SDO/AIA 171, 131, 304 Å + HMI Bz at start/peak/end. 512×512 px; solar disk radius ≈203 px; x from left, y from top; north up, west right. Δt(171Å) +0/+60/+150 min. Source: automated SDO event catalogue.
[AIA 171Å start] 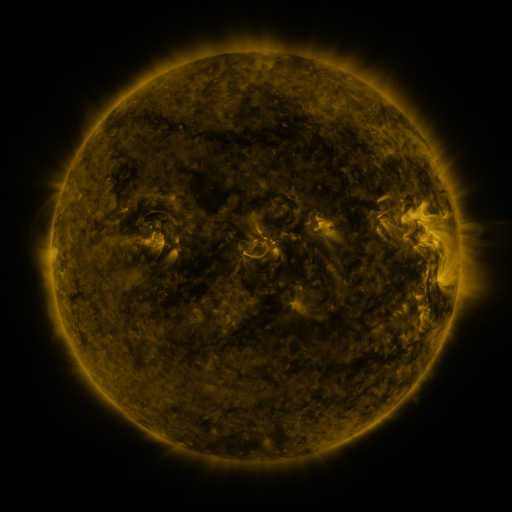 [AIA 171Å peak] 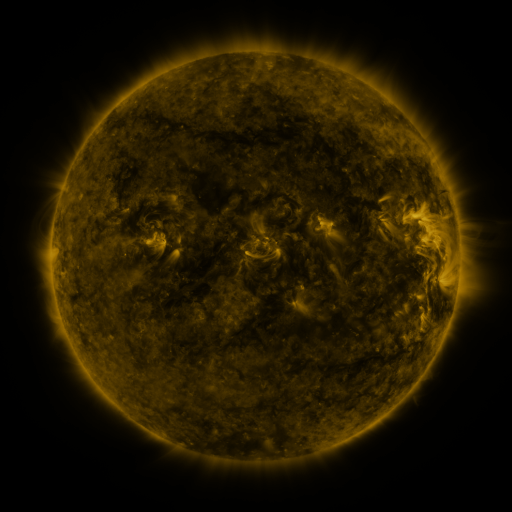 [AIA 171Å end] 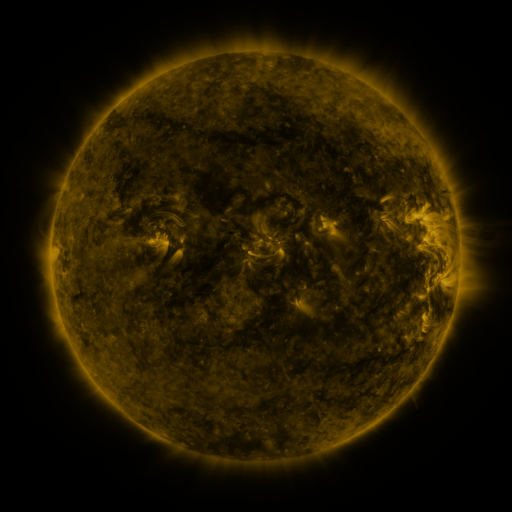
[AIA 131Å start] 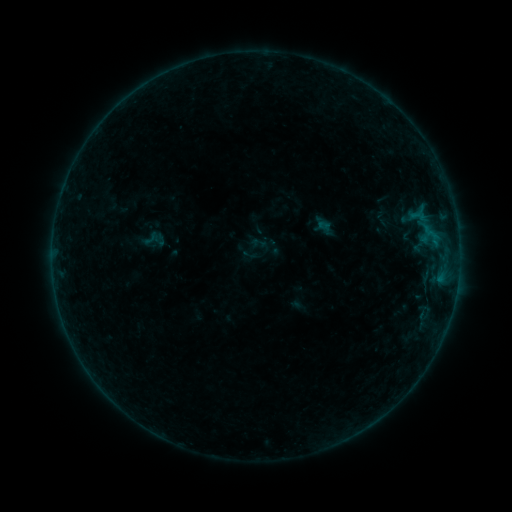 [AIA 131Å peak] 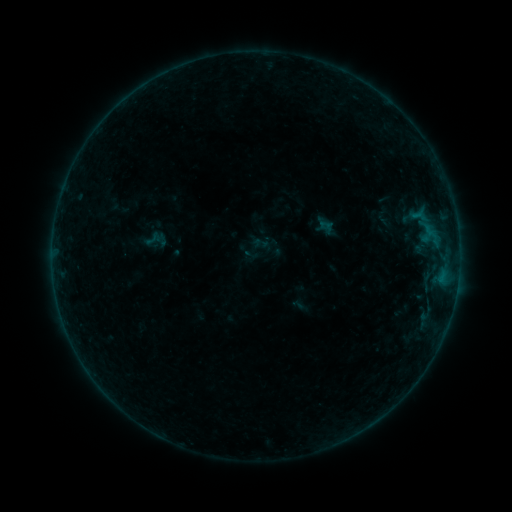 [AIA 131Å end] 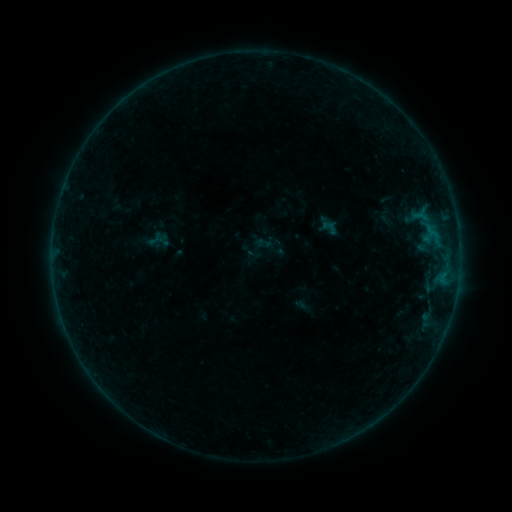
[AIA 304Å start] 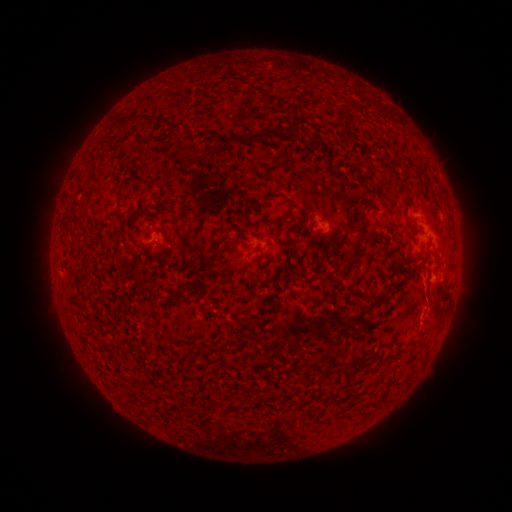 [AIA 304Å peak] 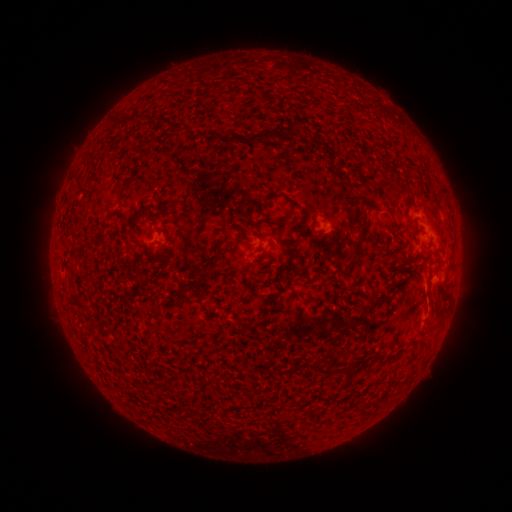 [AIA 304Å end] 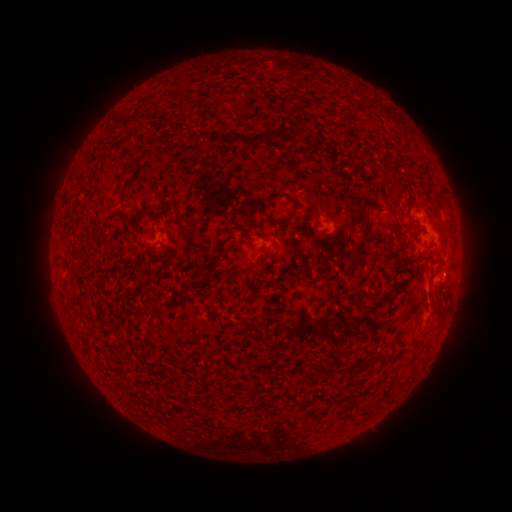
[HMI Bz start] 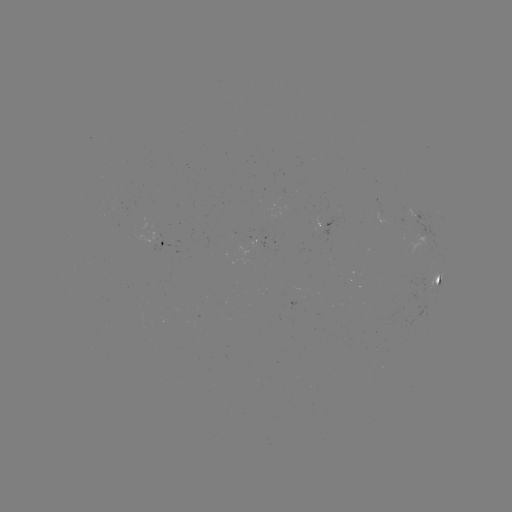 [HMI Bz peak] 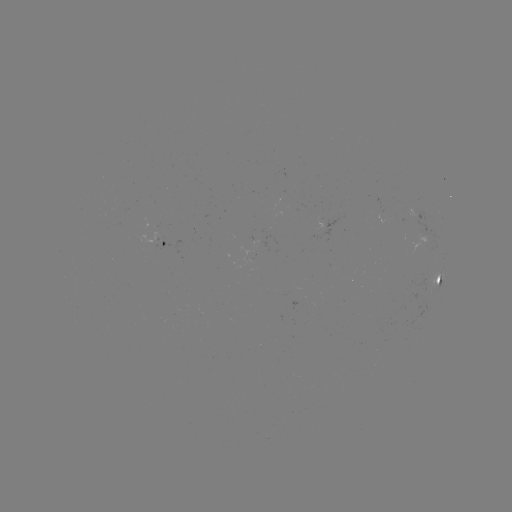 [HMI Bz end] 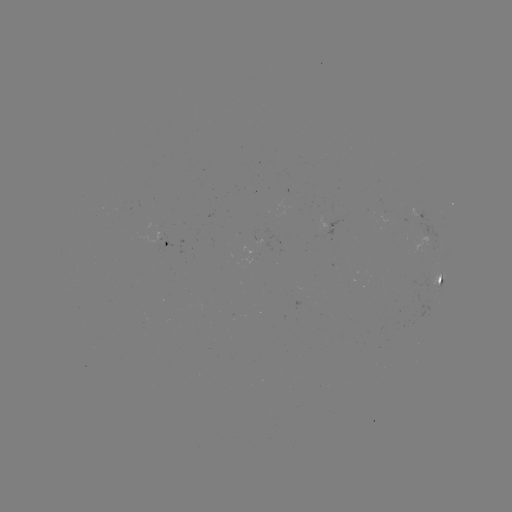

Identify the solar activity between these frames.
B3.8 flare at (440, 272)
